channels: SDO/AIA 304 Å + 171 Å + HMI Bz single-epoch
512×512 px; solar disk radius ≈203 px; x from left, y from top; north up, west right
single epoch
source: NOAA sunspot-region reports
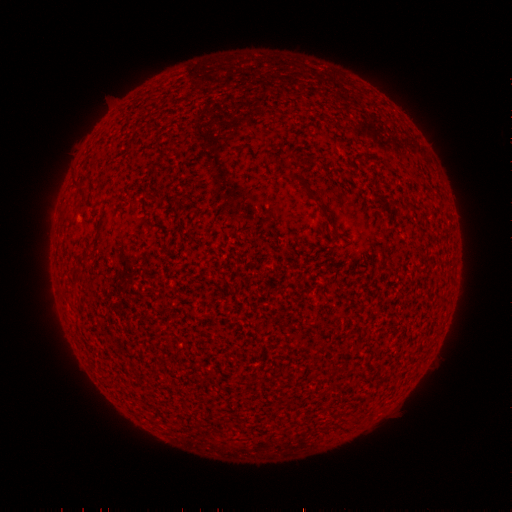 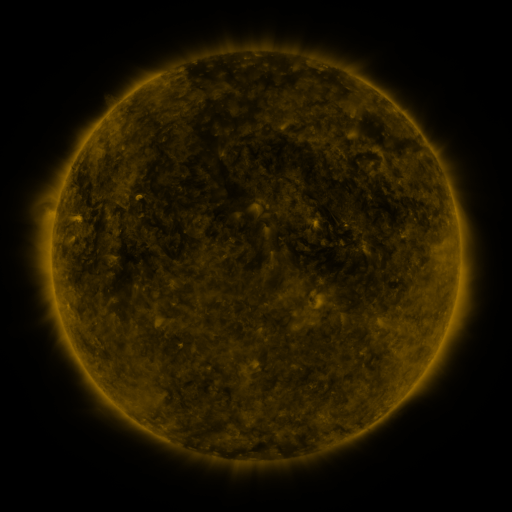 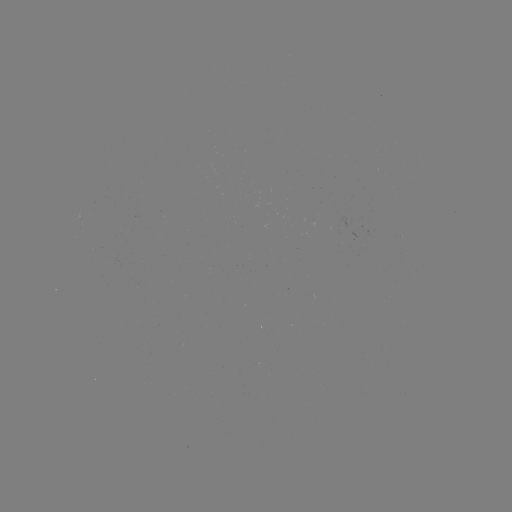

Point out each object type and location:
(none)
